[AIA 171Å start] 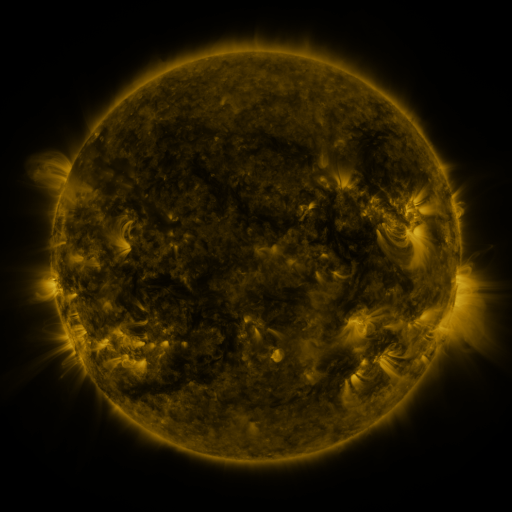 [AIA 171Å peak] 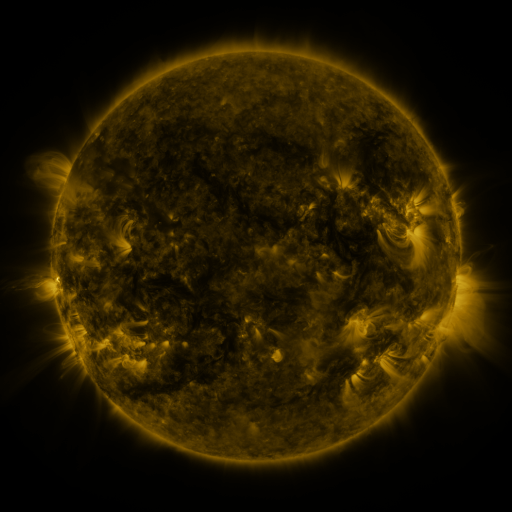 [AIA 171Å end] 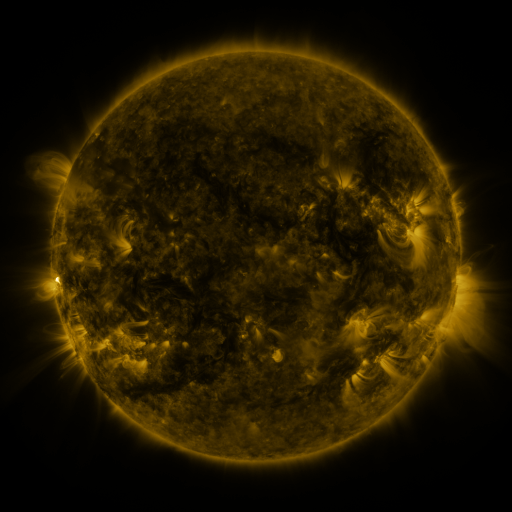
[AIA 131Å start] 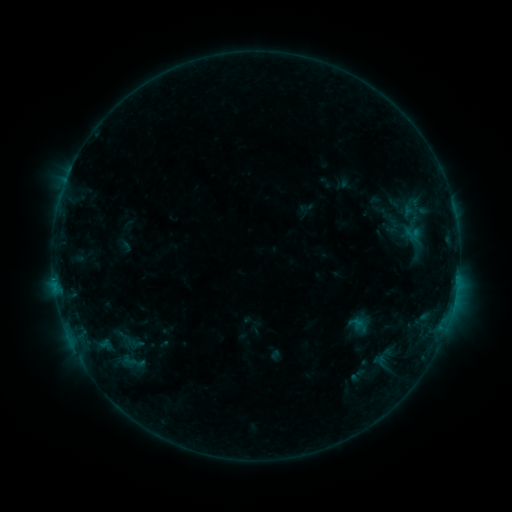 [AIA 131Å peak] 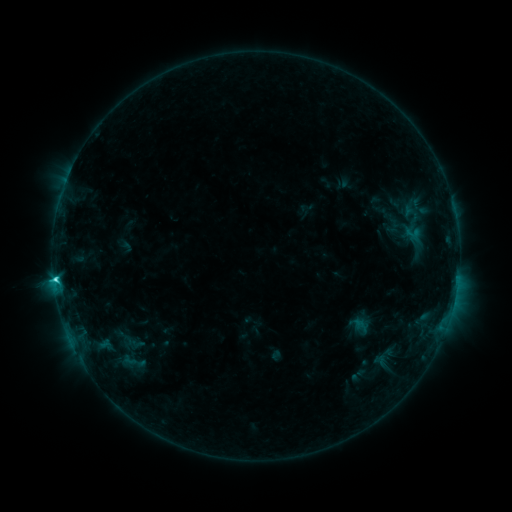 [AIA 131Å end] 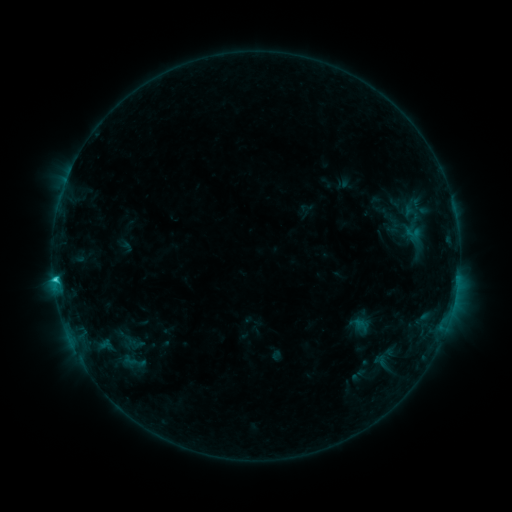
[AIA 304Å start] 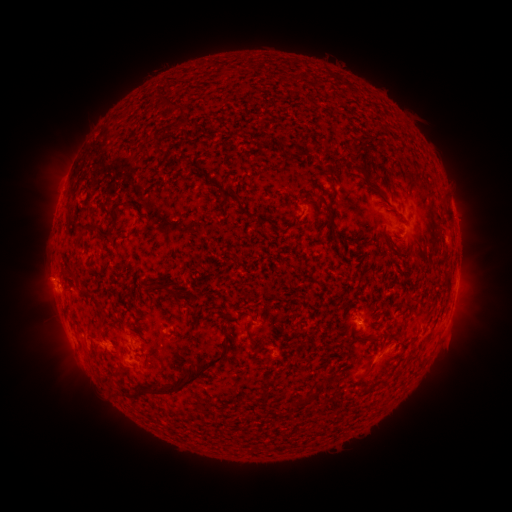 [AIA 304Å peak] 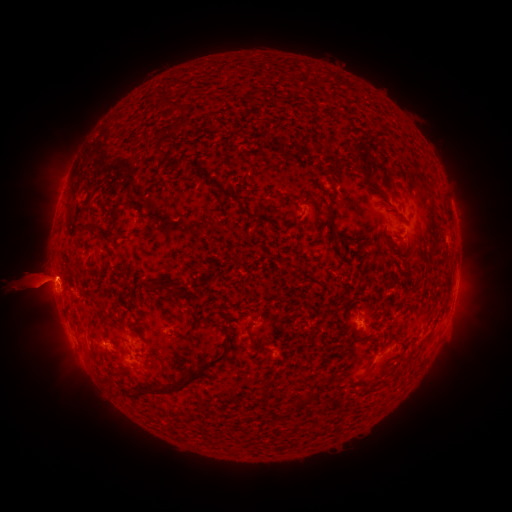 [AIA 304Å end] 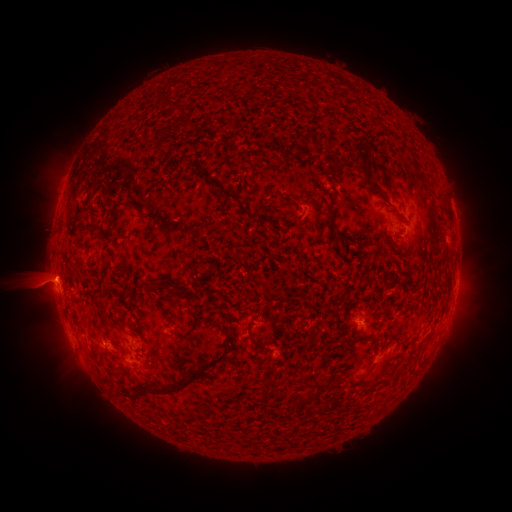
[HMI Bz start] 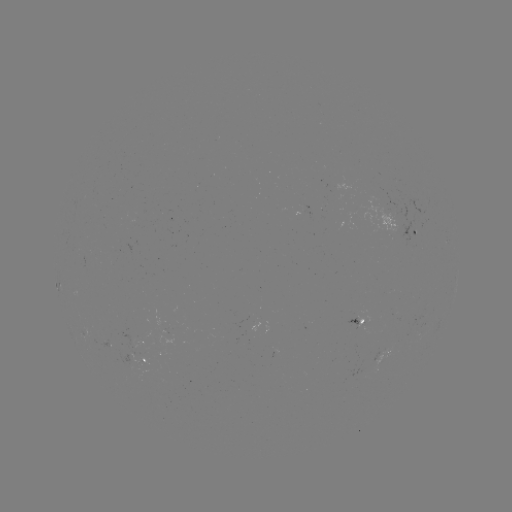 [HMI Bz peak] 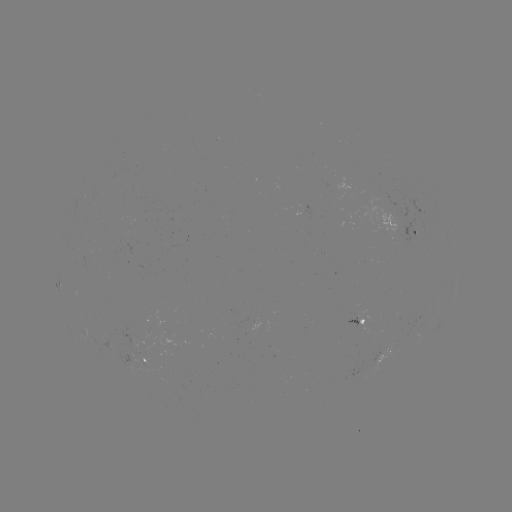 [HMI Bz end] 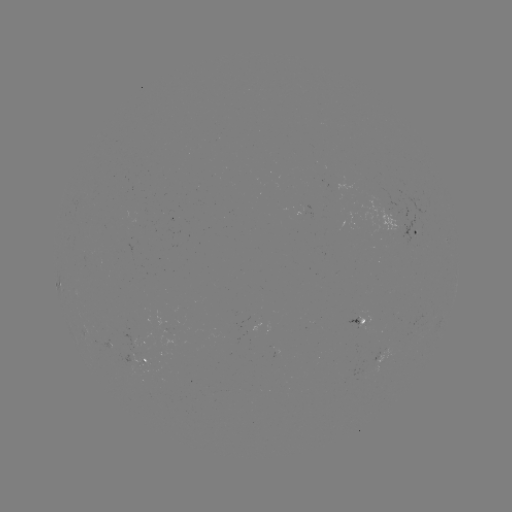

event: flare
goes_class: C2.0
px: (55, 277)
